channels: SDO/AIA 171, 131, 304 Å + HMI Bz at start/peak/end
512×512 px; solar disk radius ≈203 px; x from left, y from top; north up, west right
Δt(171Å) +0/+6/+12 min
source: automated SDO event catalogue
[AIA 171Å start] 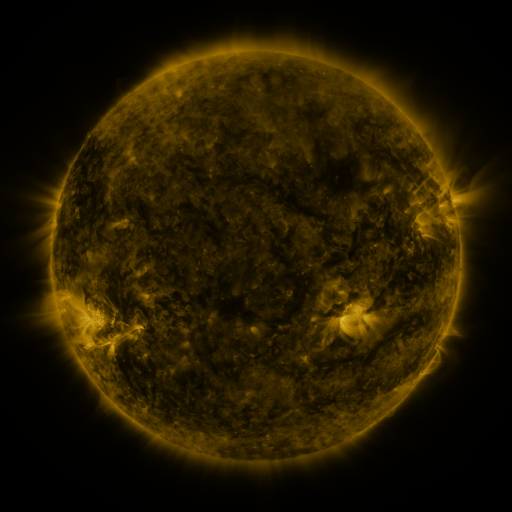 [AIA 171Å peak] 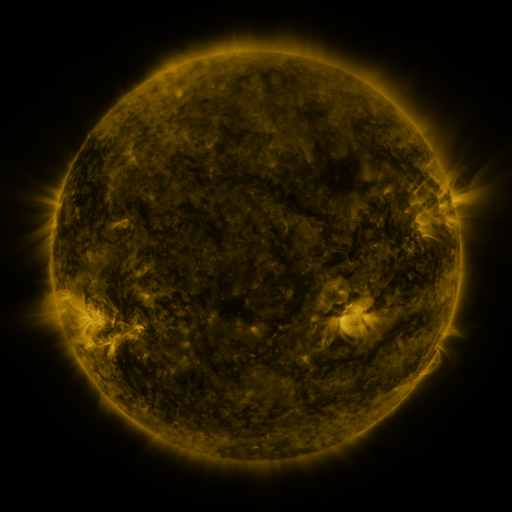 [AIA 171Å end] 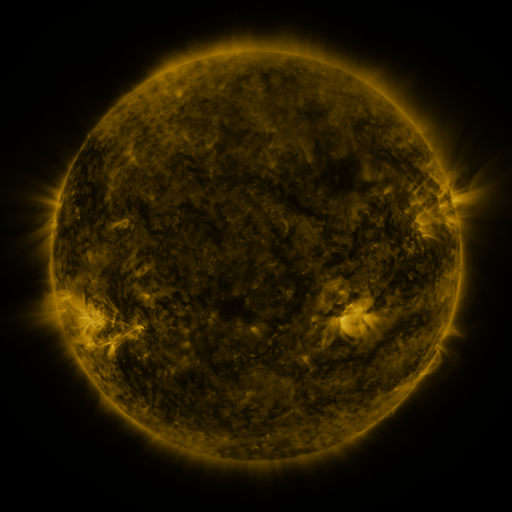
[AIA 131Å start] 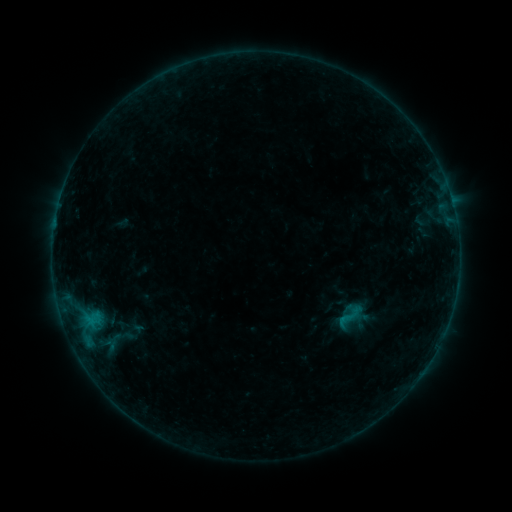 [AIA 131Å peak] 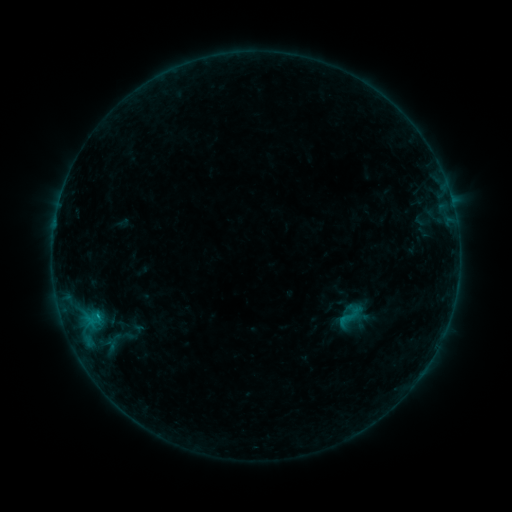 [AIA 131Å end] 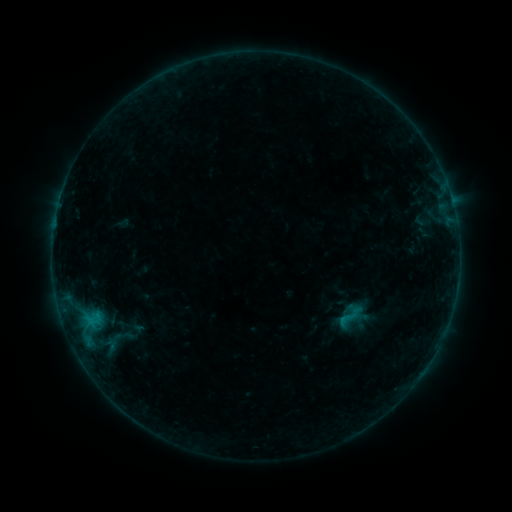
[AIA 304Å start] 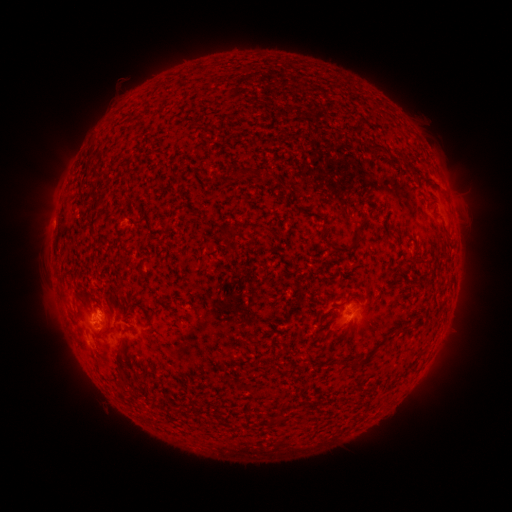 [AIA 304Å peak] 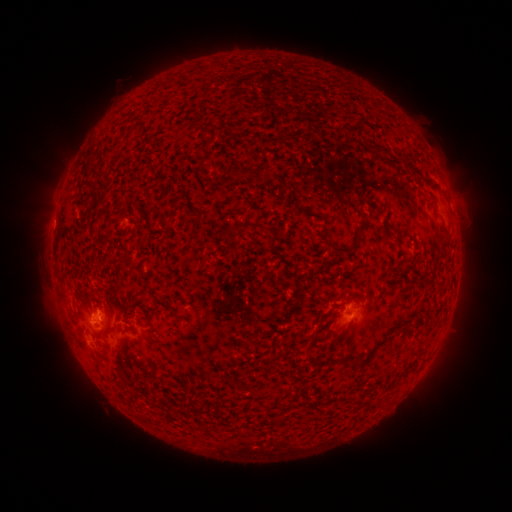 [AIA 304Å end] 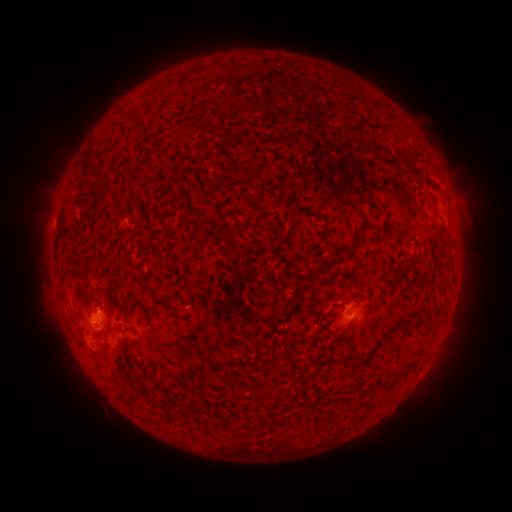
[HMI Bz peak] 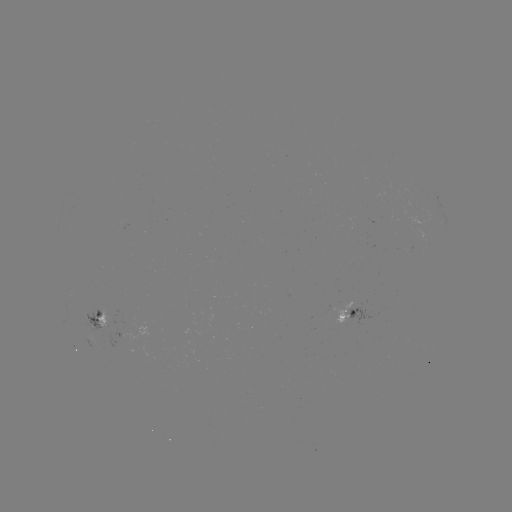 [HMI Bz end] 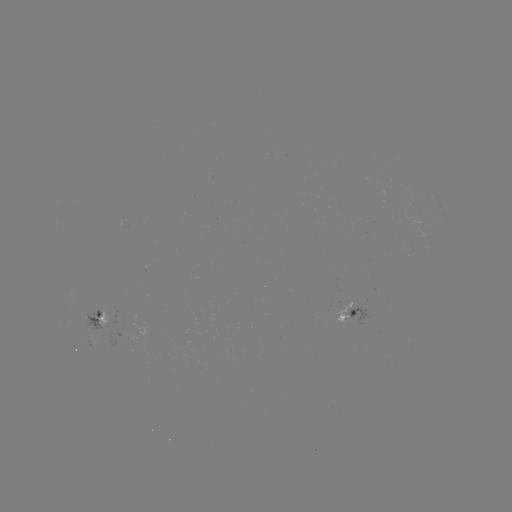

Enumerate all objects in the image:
B4.0 flare: (99, 316)
